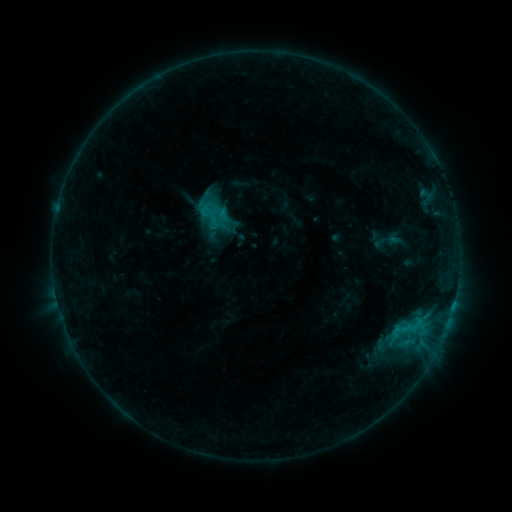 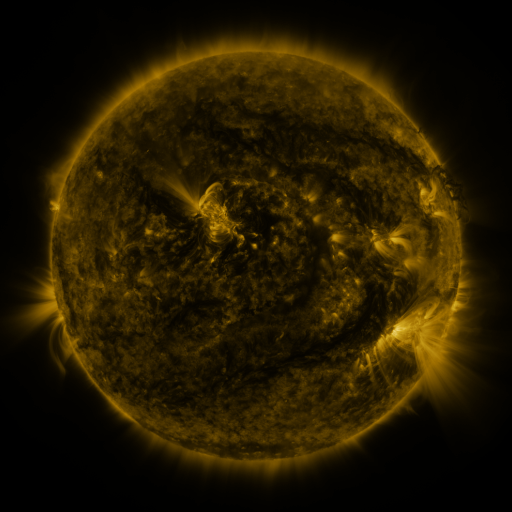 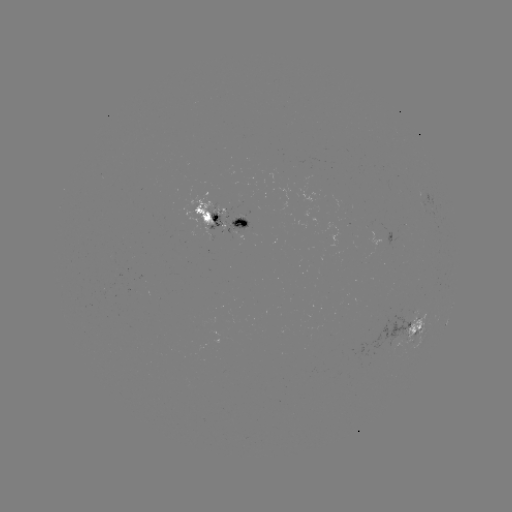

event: sigmoid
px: (210, 211)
